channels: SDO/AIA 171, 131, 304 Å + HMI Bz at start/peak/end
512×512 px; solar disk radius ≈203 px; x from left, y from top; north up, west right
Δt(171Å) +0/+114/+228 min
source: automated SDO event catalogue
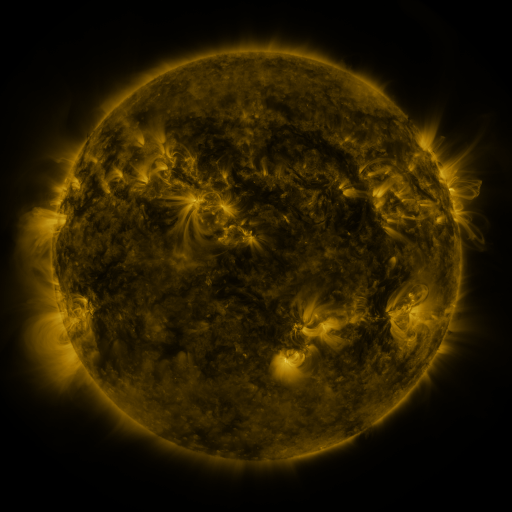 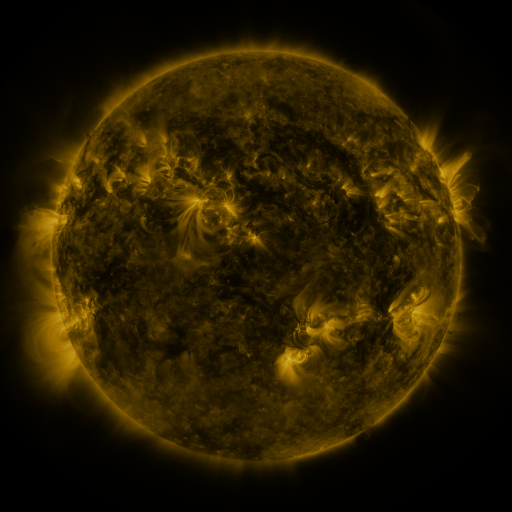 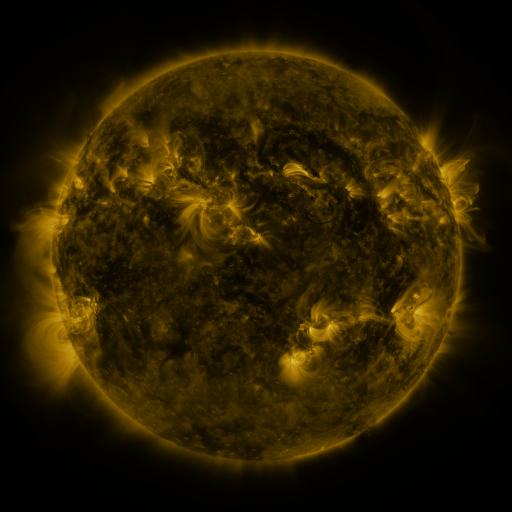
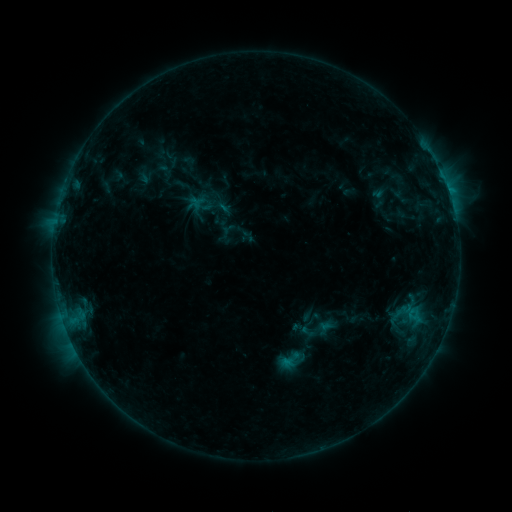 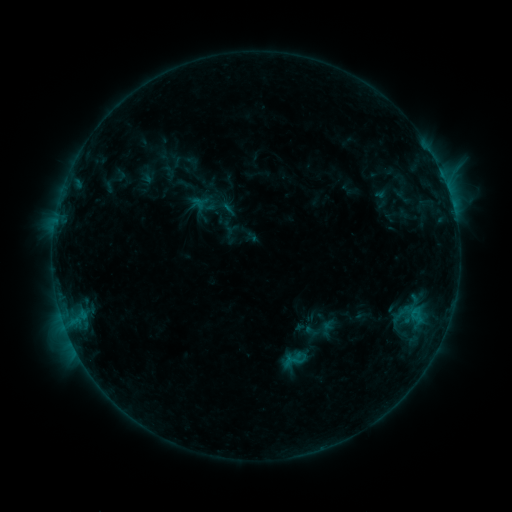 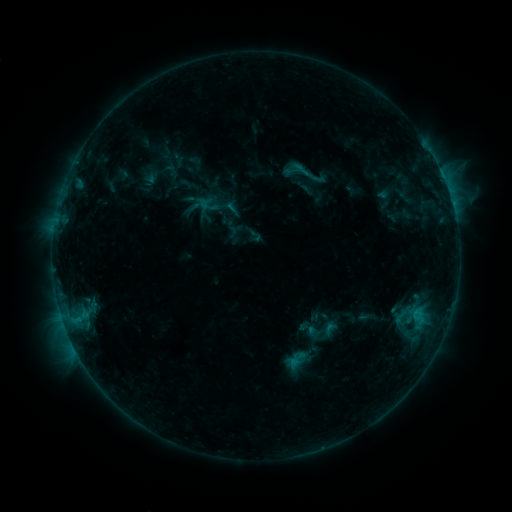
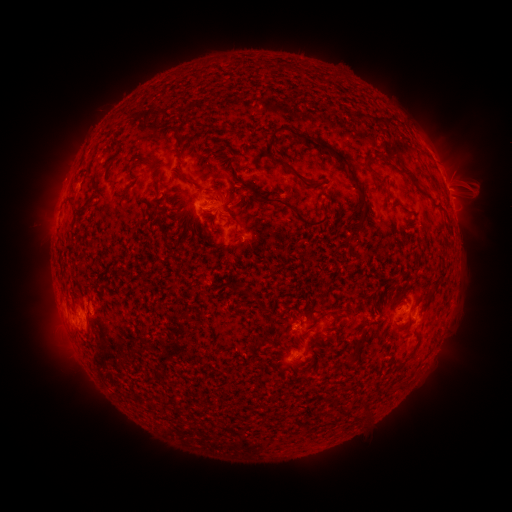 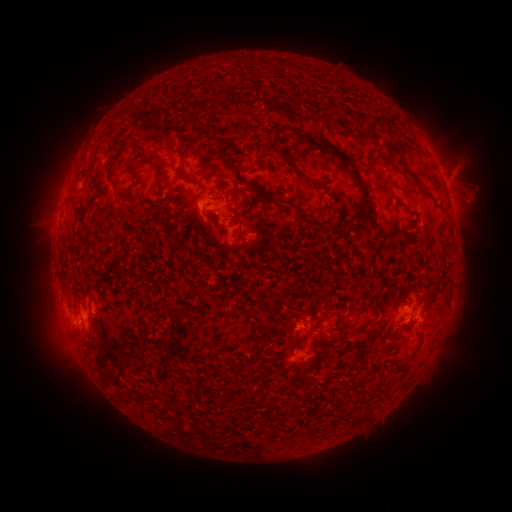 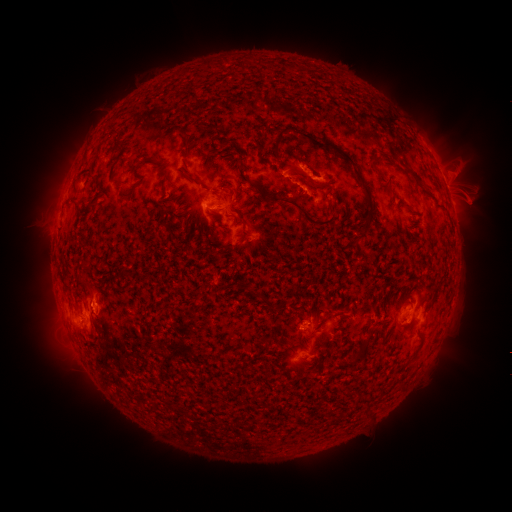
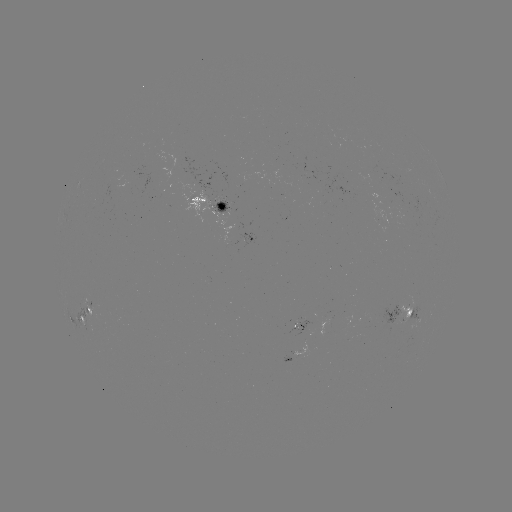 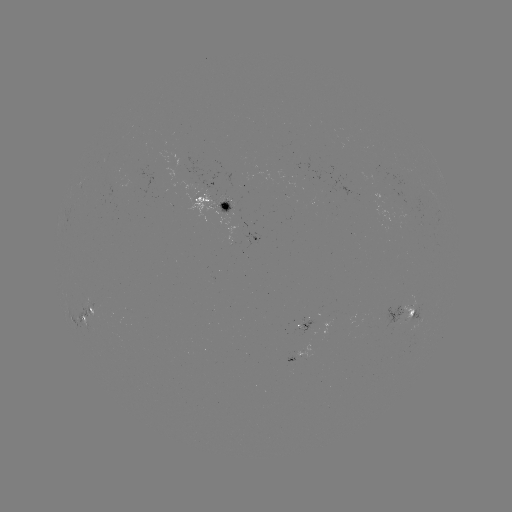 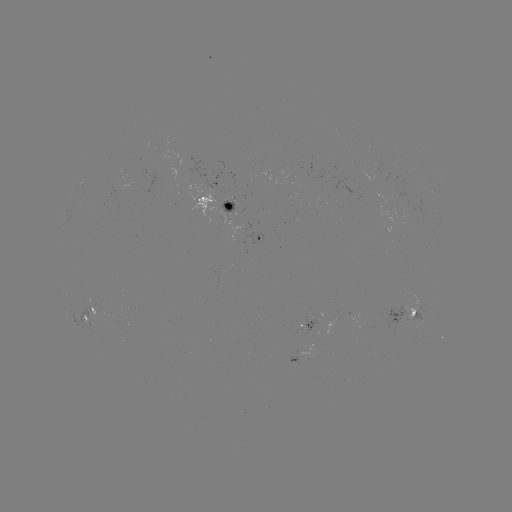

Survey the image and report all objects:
filament eruption: (287, 128)
